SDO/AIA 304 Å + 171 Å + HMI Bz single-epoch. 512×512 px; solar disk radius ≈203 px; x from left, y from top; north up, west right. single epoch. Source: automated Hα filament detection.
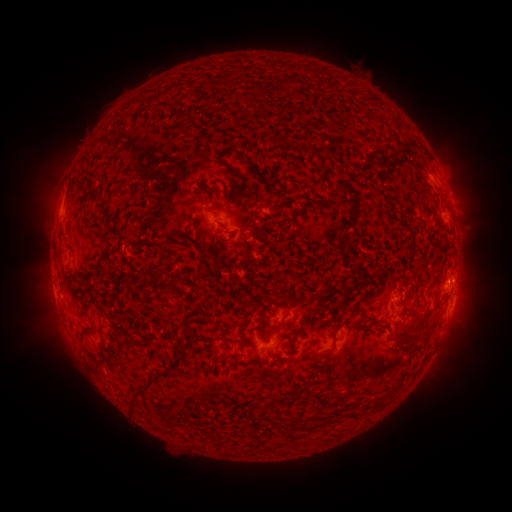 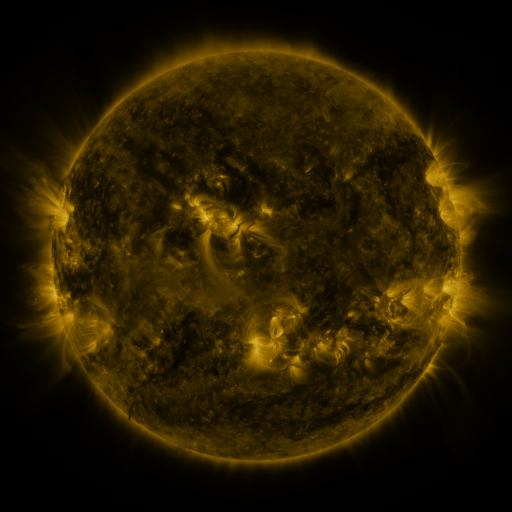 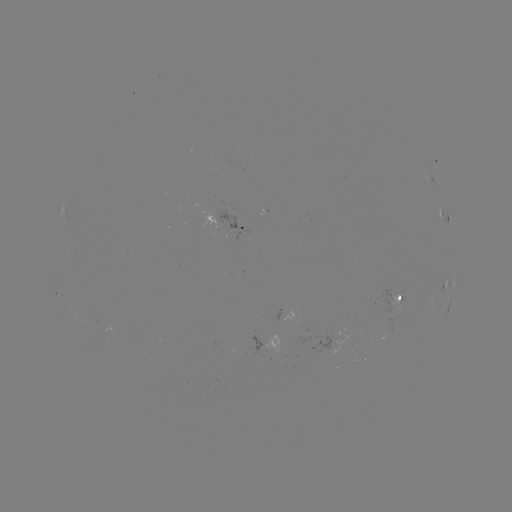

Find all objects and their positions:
filament: <bbox>274, 79, 285, 90</bbox>
filament: <bbox>403, 140, 412, 153</bbox>
filament: <bbox>231, 148, 262, 179</bbox>
filament: <bbox>387, 149, 397, 159</bbox>
filament: <bbox>315, 154, 327, 181</bbox>
filament: <bbox>216, 159, 241, 182</bbox>
filament: <bbox>88, 193, 105, 212</bbox>
filament: <bbox>216, 222, 229, 234</bbox>
filament: <bbox>66, 273, 83, 283</bbox>
filament: <bbox>308, 287, 332, 318</bbox>
filament: <bbox>263, 315, 286, 330</bbox>
filament: <bbox>416, 315, 425, 326</bbox>
filament: <bbox>334, 321, 345, 334</bbox>
filament: <bbox>124, 329, 151, 350</bbox>
filament: <bbox>391, 333, 409, 343</bbox>
filament: <bbox>172, 335, 185, 354</bbox>
filament: <bbox>94, 337, 108, 371</bbox>
filament: <bbox>309, 349, 334, 363</bbox>
filament: <bbox>130, 372, 167, 413</bbox>
filament: <bbox>372, 397, 388, 408</bbox>
filament: <bbox>347, 408, 360, 419</bbox>
filament: <bbox>201, 419, 217, 426</bbox>
filament: <bbox>288, 419, 297, 428</bbox>
filament: <bbox>301, 419, 310, 431</bbox>
